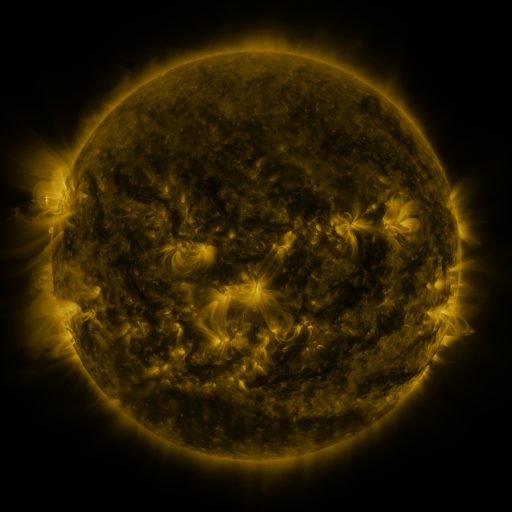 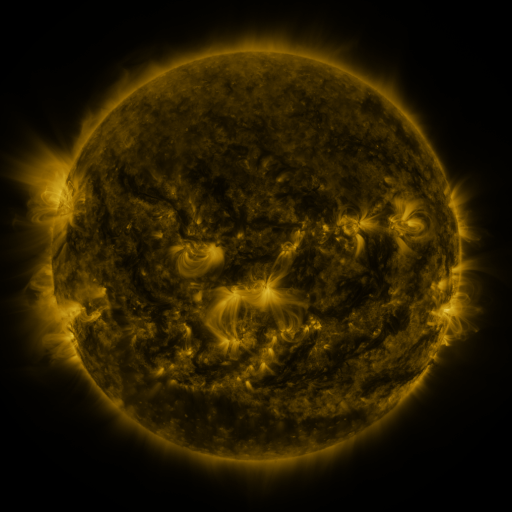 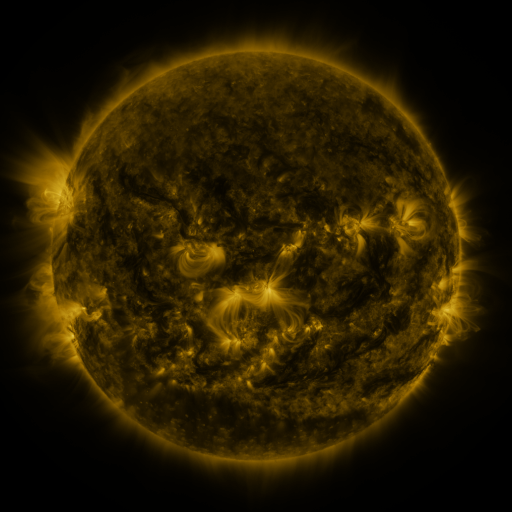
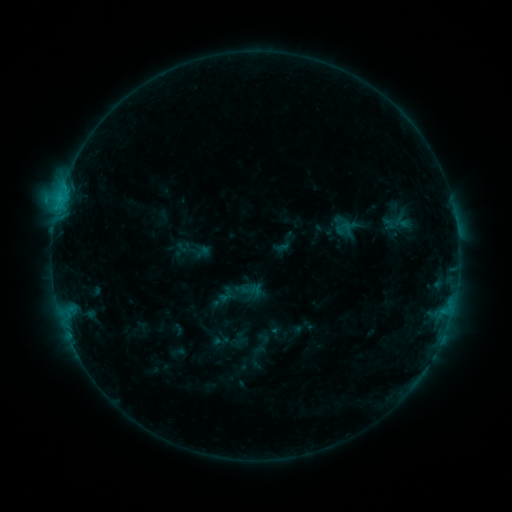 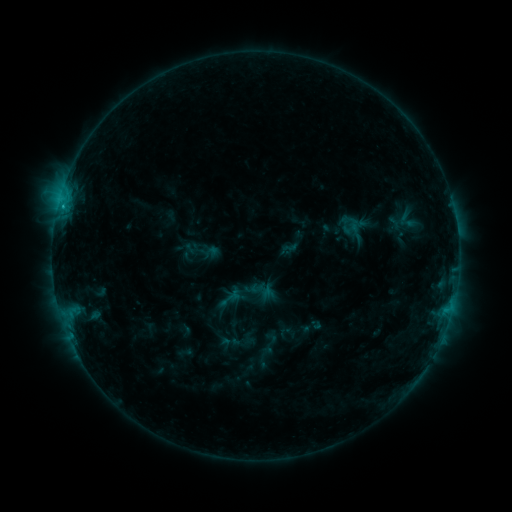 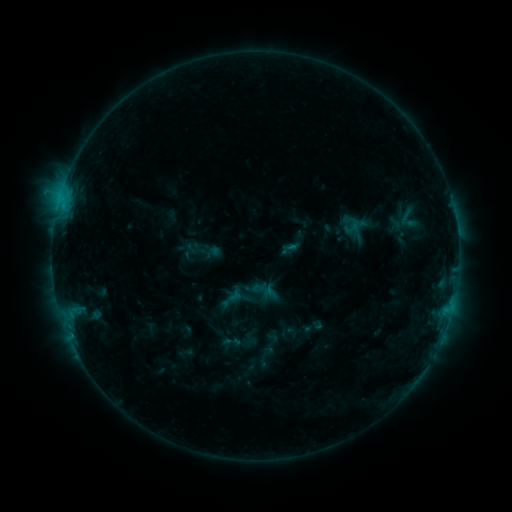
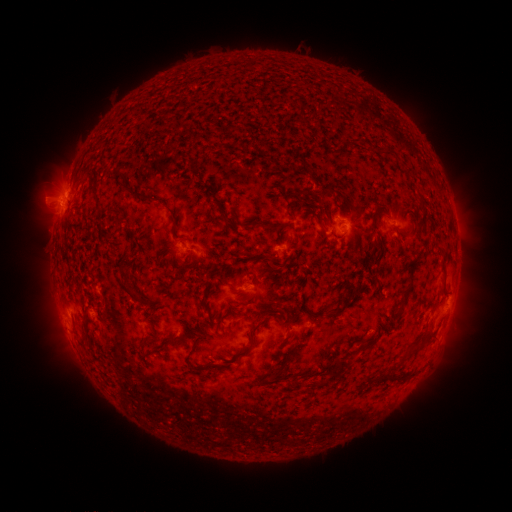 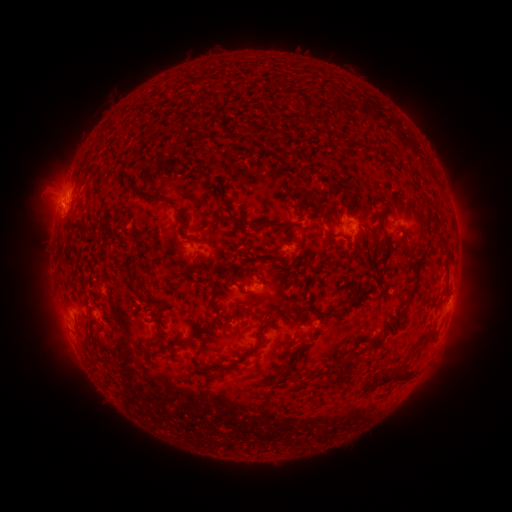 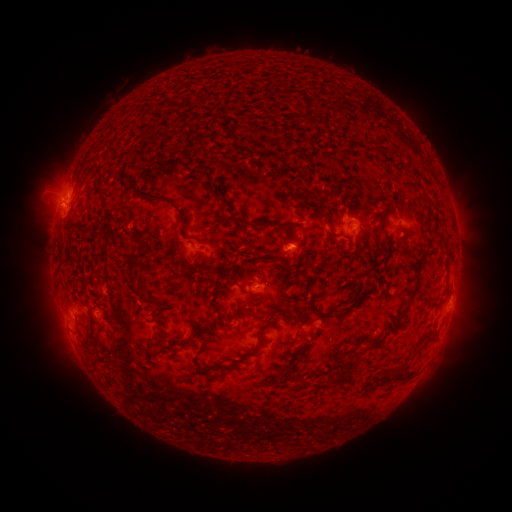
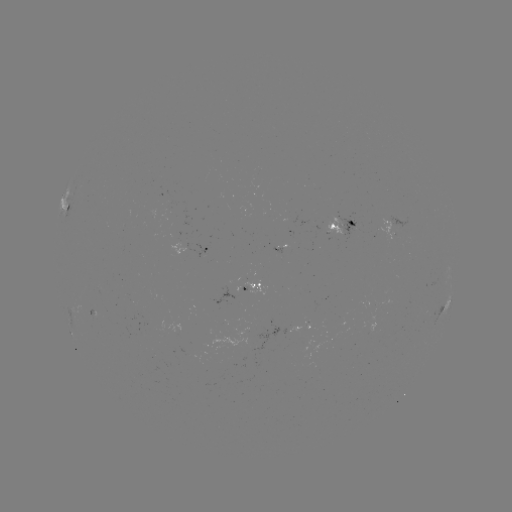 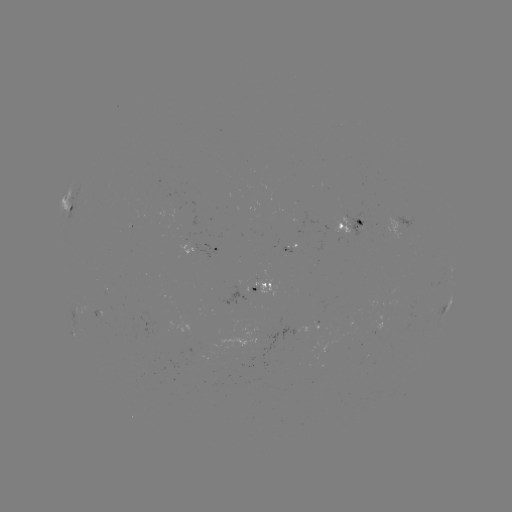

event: emerging-flux region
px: (286, 248)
